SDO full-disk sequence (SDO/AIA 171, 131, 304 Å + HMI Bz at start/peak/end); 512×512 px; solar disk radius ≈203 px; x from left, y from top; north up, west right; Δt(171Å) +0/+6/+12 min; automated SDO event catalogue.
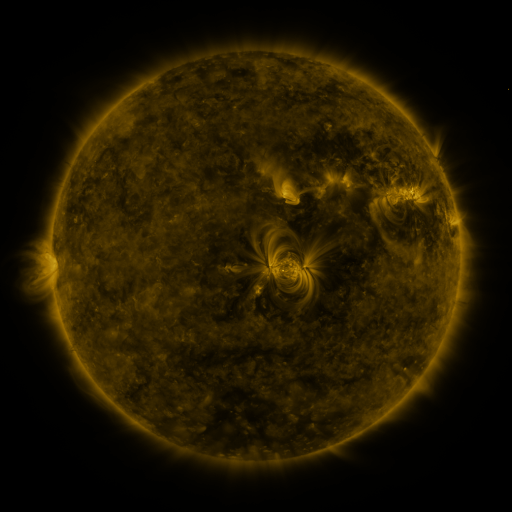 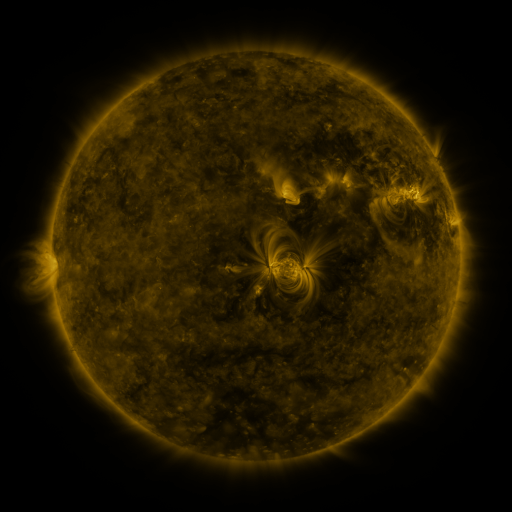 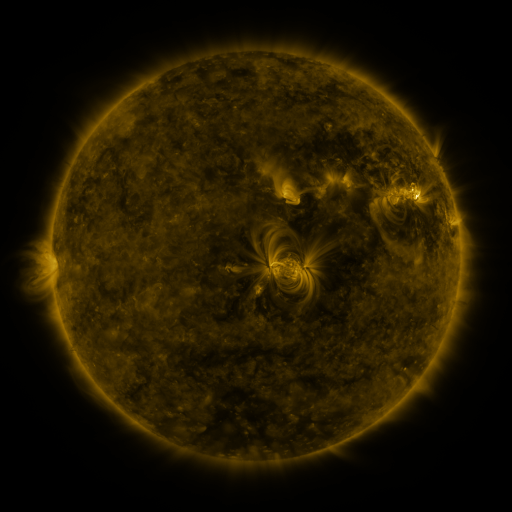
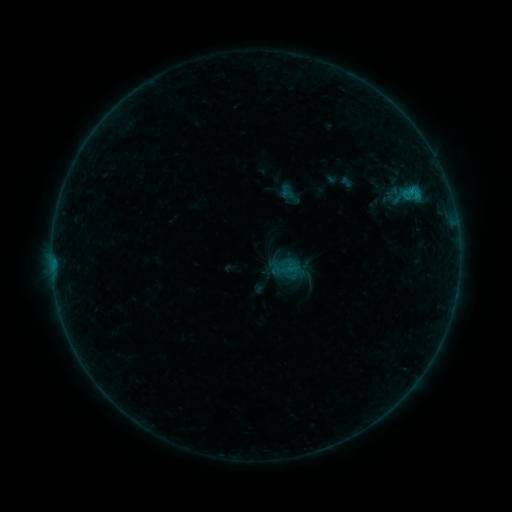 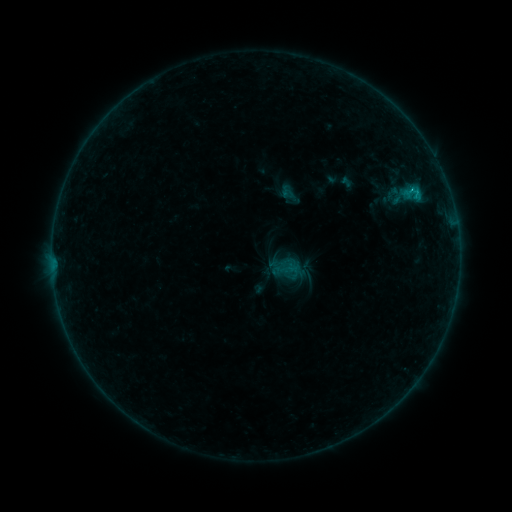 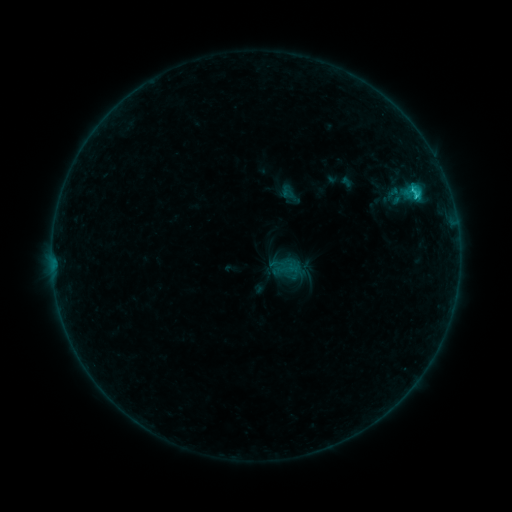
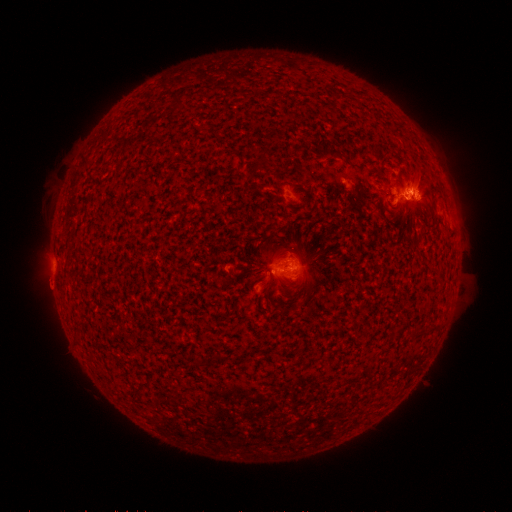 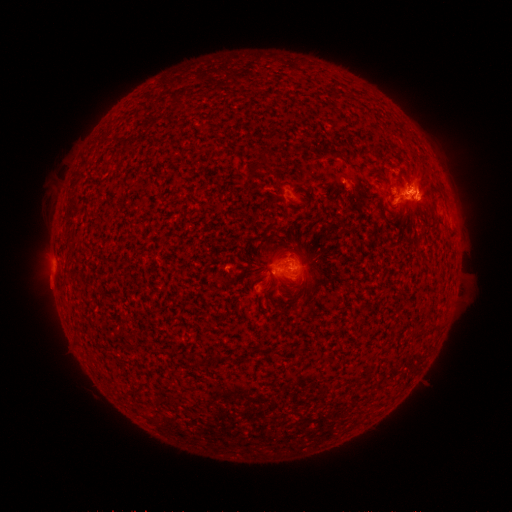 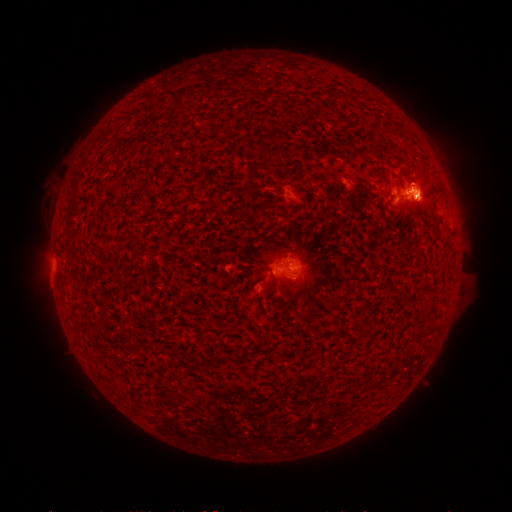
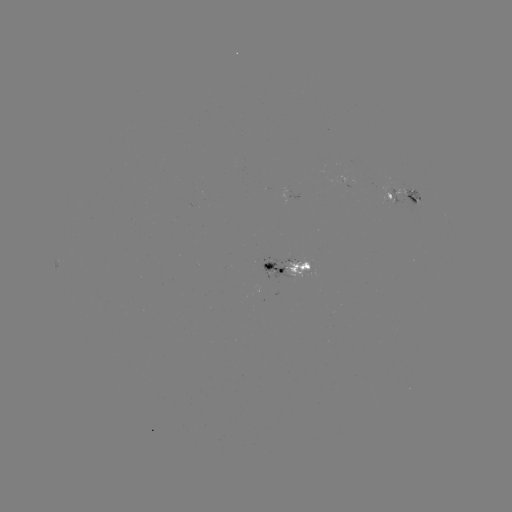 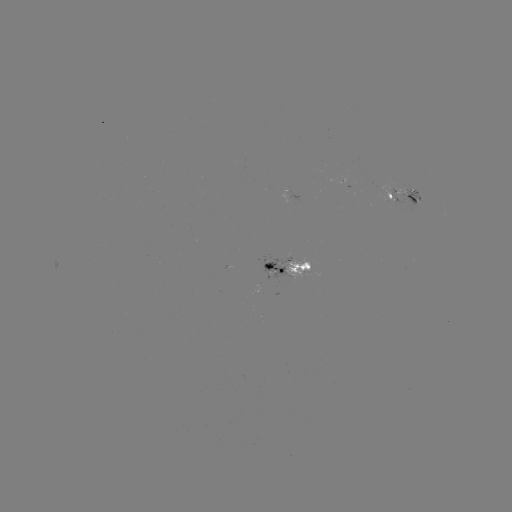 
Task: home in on eruption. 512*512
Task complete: [422, 186].